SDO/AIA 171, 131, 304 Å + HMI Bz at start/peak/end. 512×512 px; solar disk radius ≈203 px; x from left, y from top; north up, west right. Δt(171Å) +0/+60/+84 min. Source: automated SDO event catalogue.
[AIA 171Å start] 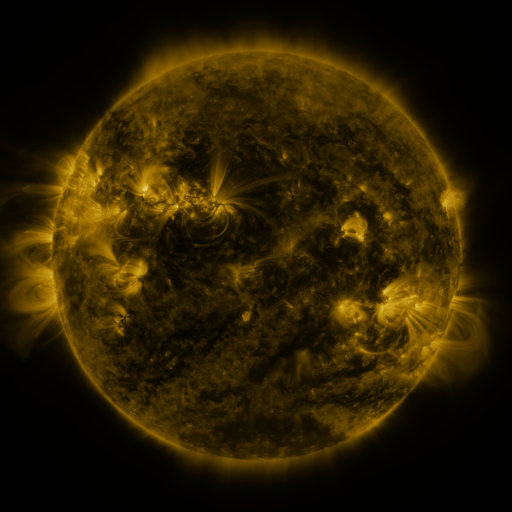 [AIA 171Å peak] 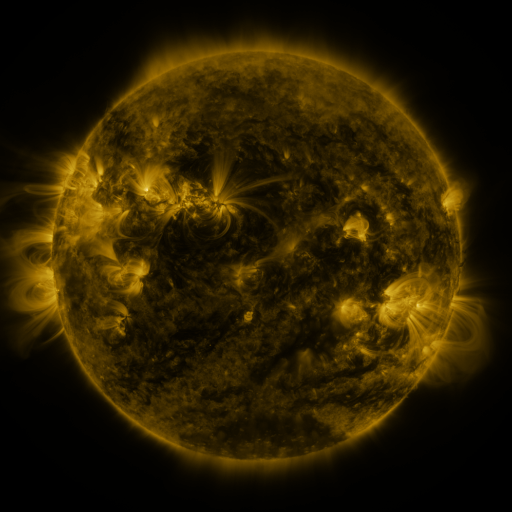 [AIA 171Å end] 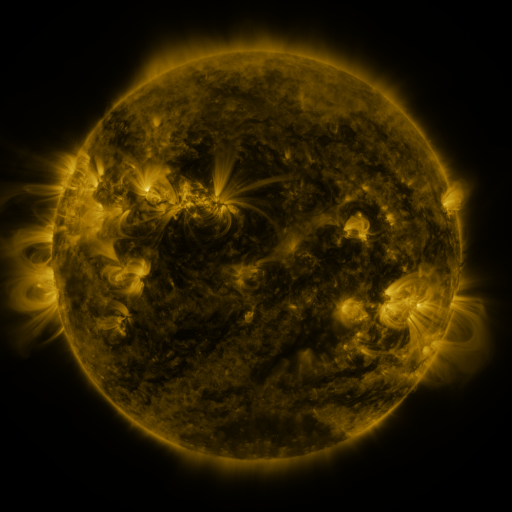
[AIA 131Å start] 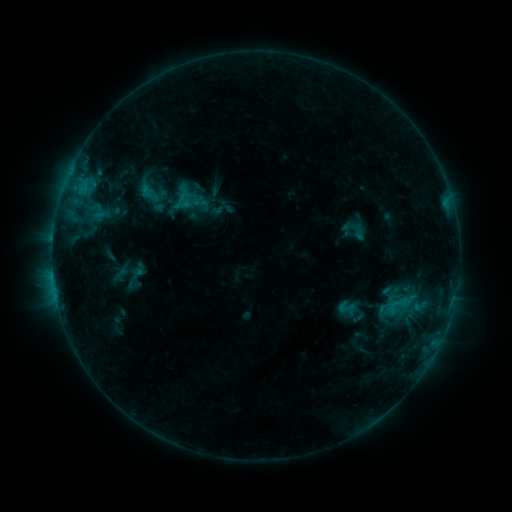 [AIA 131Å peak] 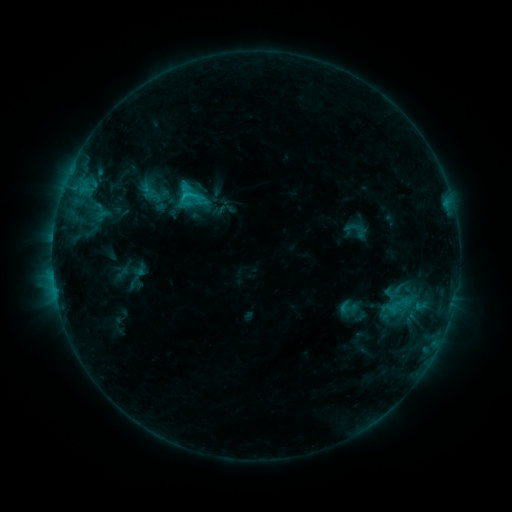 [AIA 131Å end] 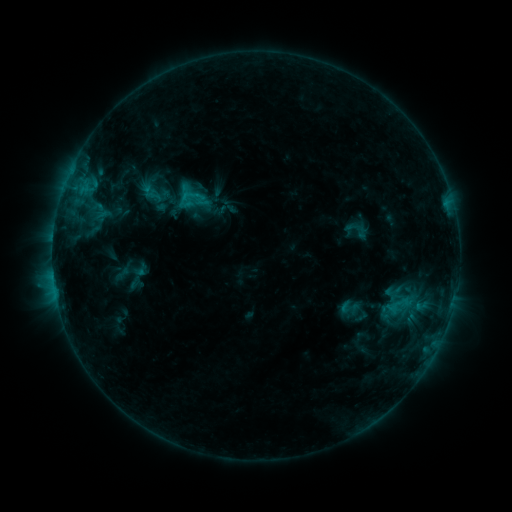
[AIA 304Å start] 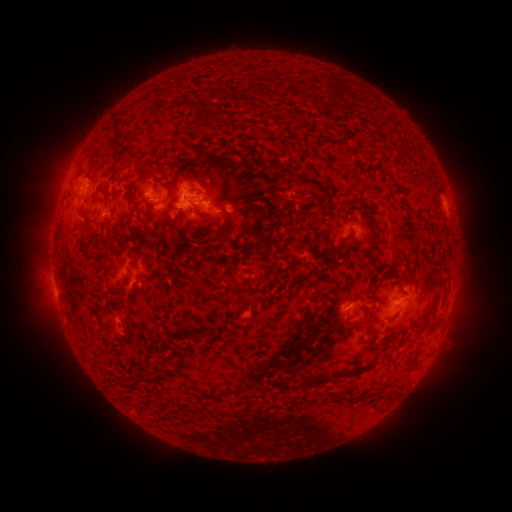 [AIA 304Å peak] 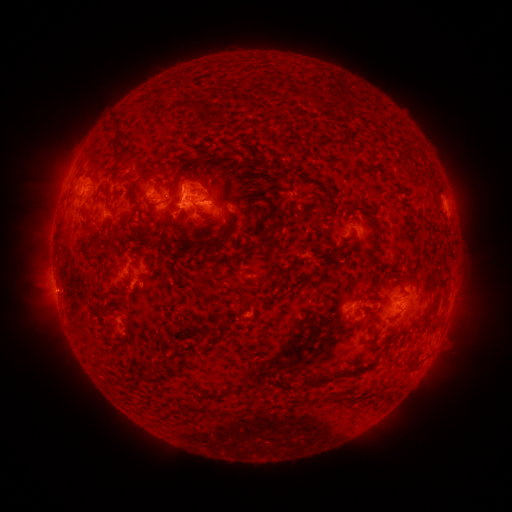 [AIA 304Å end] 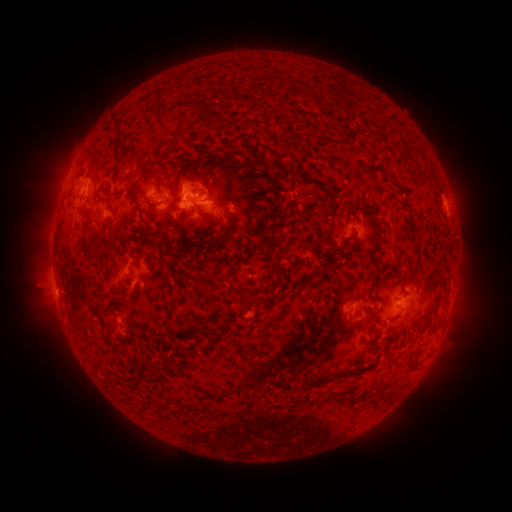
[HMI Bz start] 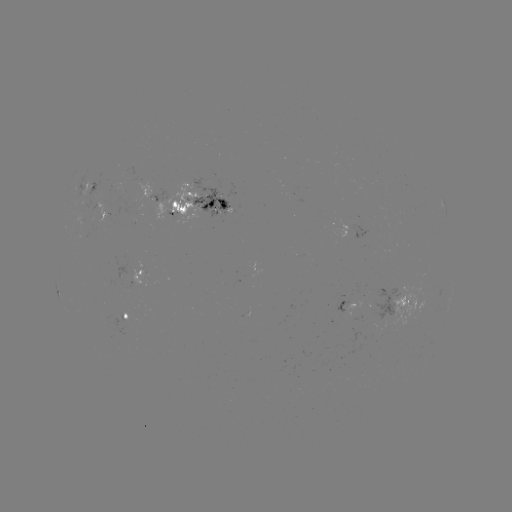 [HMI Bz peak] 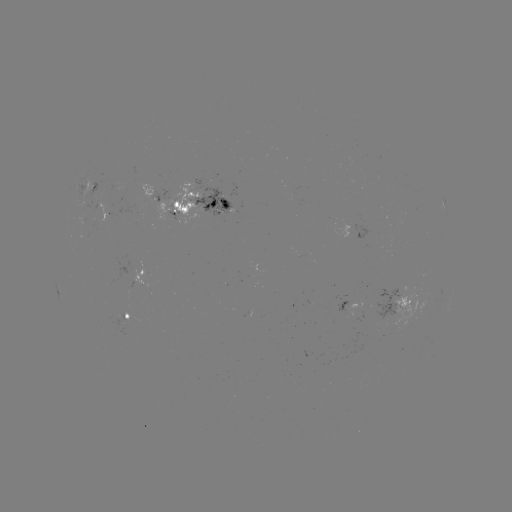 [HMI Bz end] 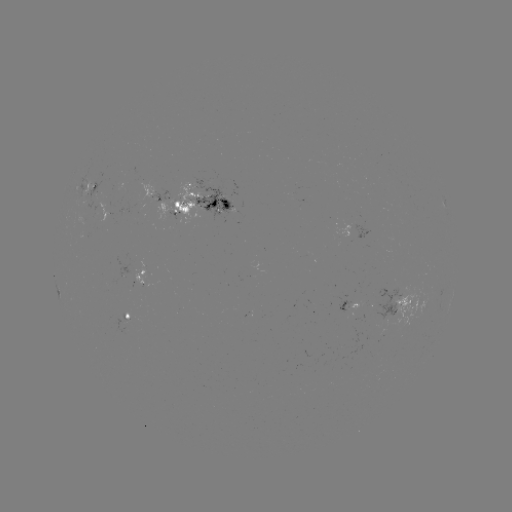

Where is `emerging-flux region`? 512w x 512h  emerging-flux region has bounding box [374, 287, 400, 329].